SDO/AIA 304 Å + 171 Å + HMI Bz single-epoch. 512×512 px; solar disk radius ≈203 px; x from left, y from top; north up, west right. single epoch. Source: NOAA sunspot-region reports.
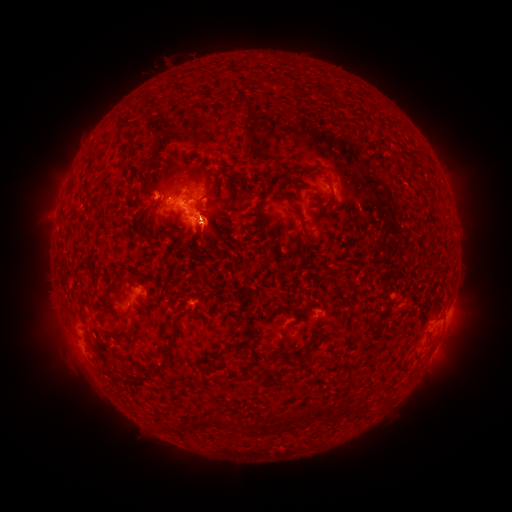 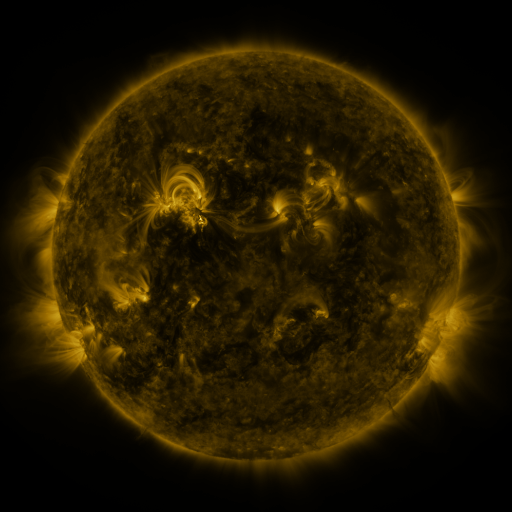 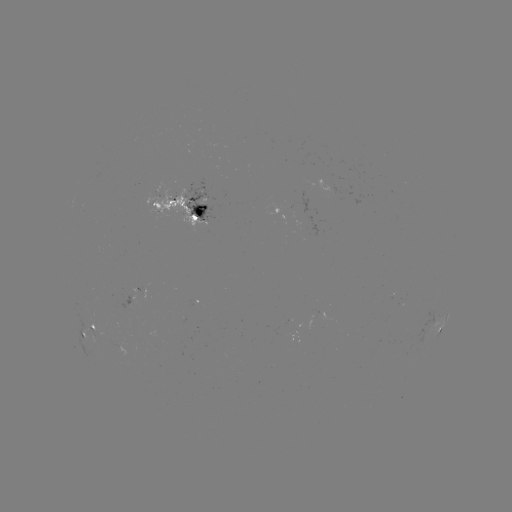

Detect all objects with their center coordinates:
spotted active region: (332, 189)
spotted active region: (180, 210)
spotted active region: (441, 326)
spotted active region: (91, 333)
